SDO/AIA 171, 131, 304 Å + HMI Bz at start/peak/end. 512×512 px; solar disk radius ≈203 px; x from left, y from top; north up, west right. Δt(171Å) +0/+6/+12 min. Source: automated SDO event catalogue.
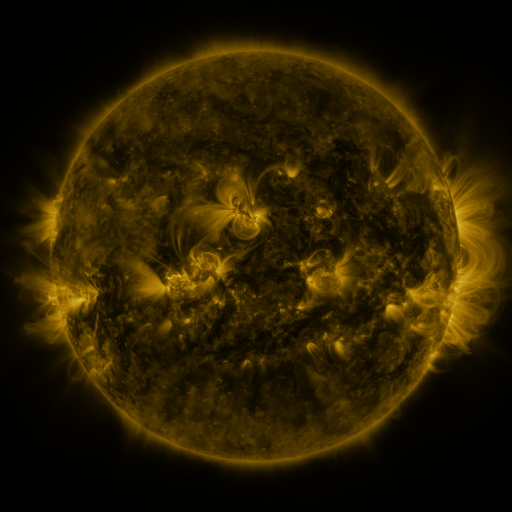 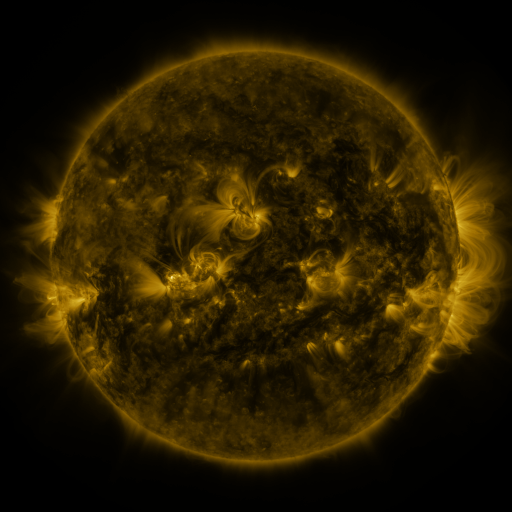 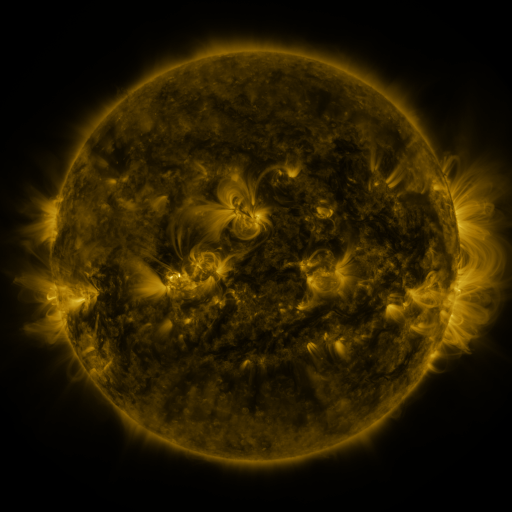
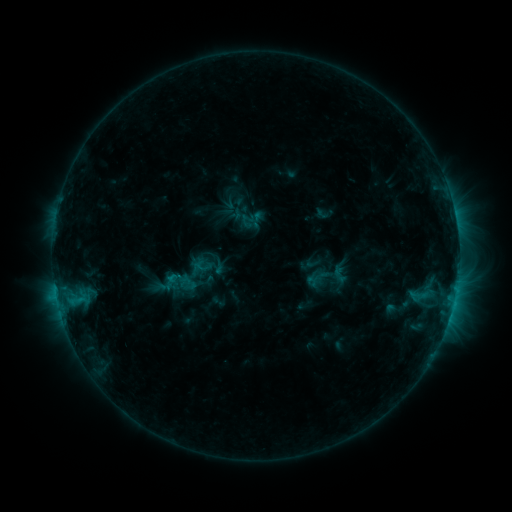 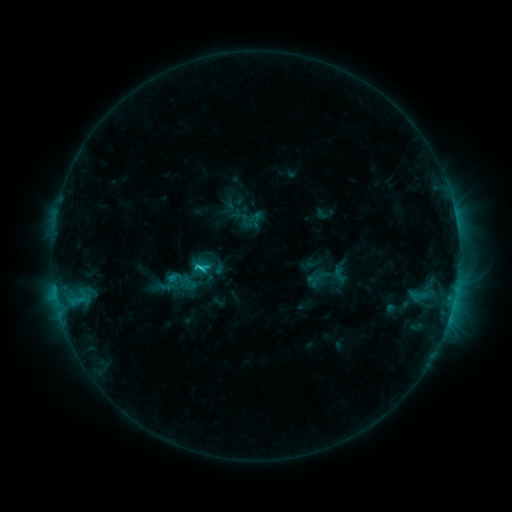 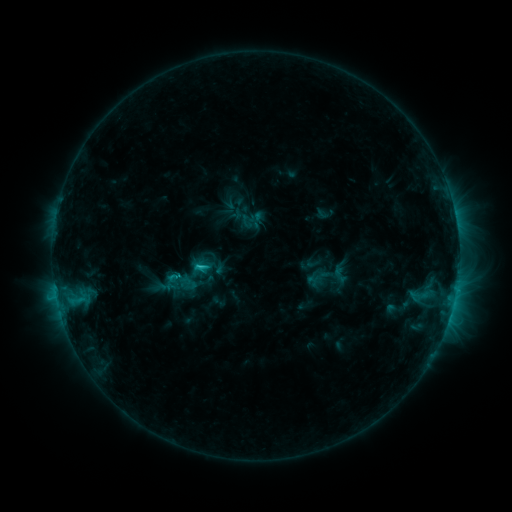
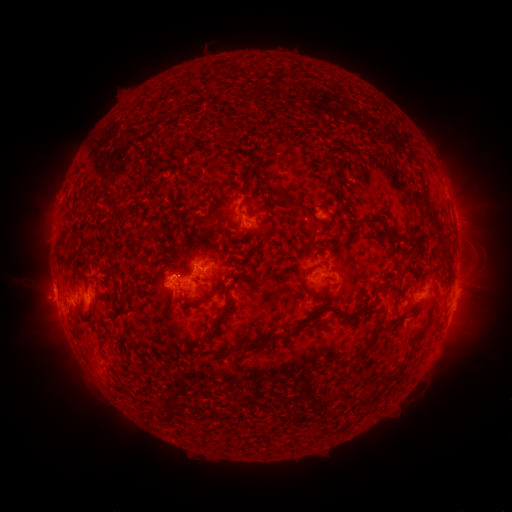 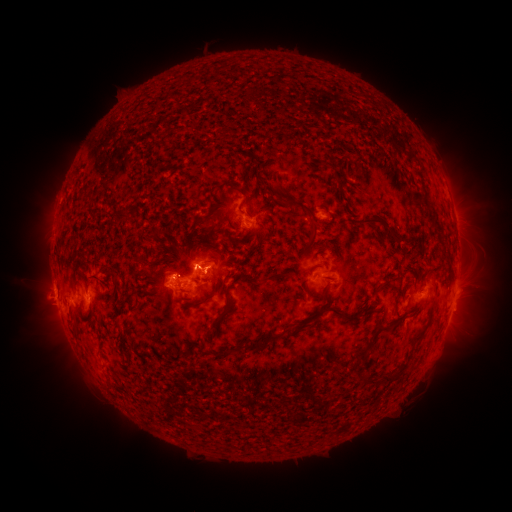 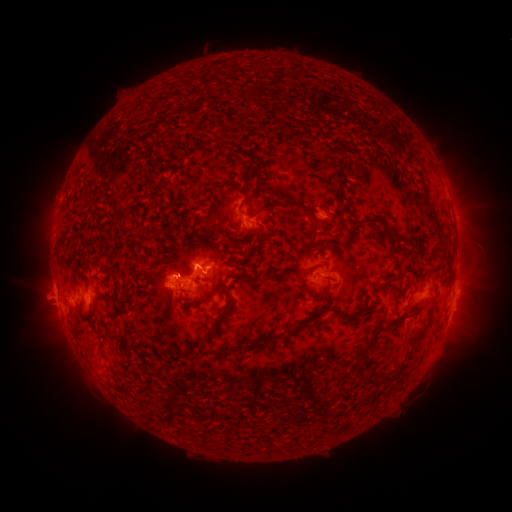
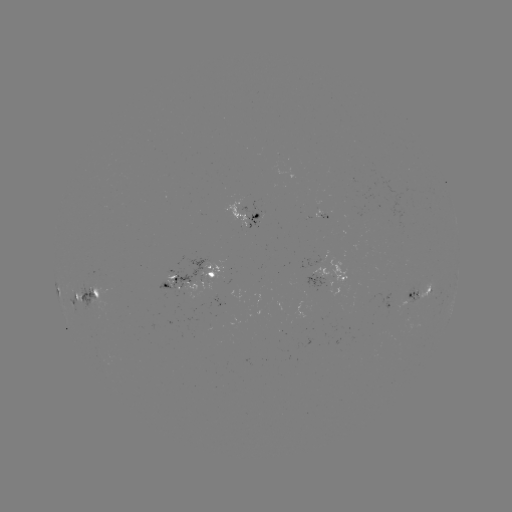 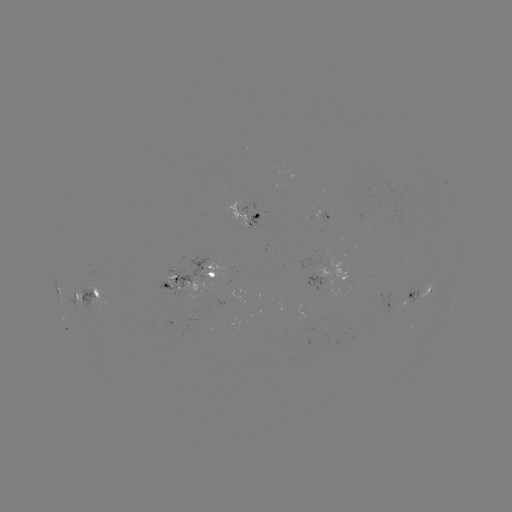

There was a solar flare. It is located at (56, 280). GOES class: C2.1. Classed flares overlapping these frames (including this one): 1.